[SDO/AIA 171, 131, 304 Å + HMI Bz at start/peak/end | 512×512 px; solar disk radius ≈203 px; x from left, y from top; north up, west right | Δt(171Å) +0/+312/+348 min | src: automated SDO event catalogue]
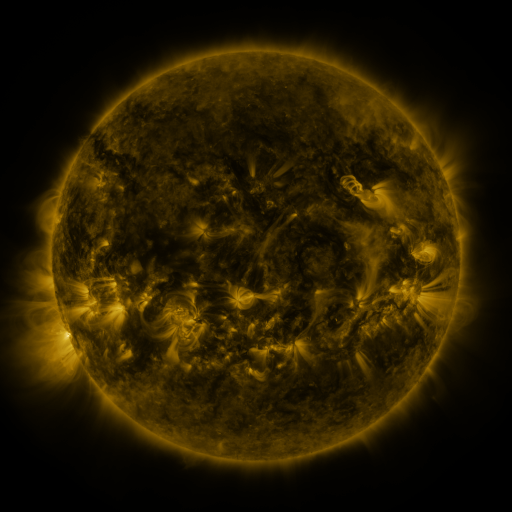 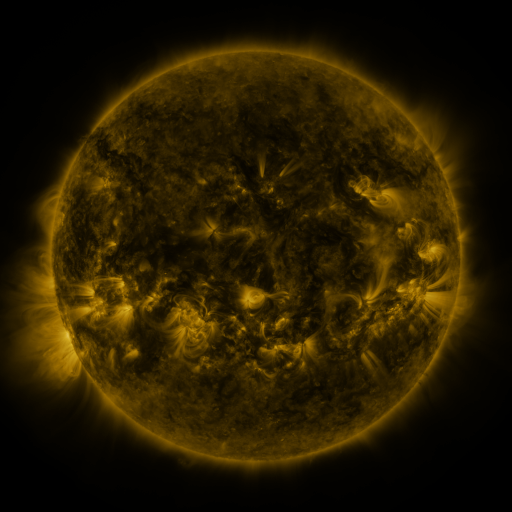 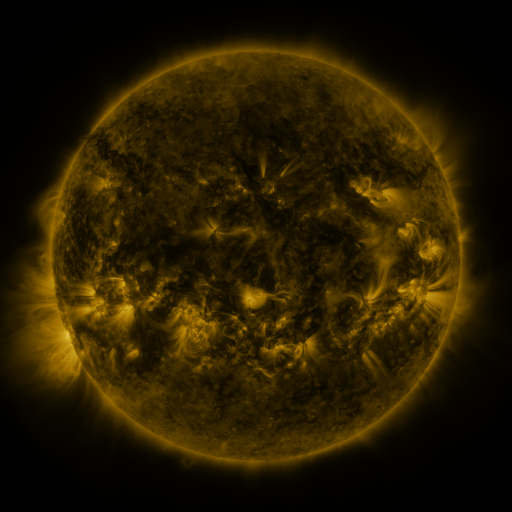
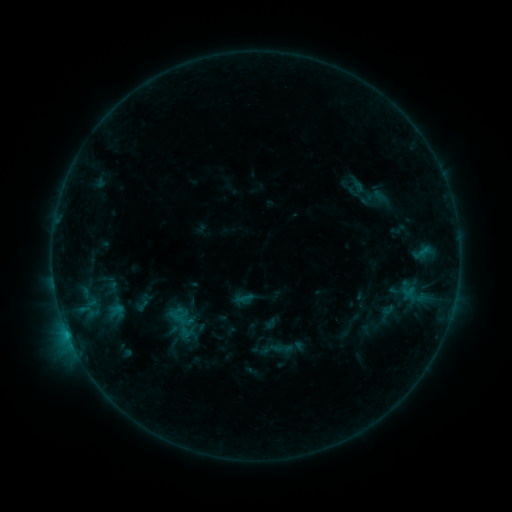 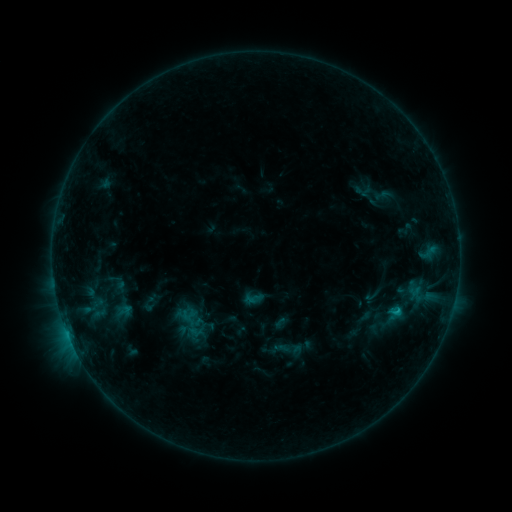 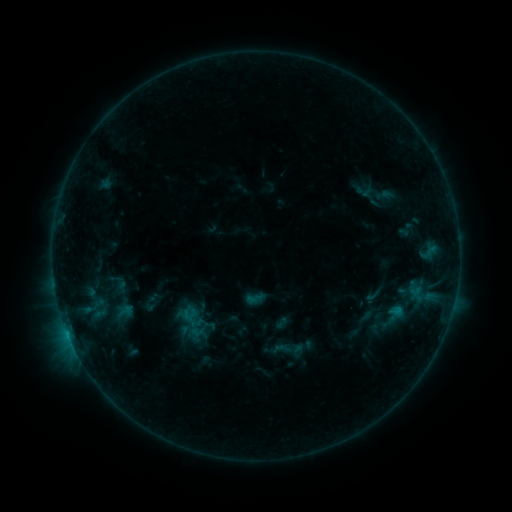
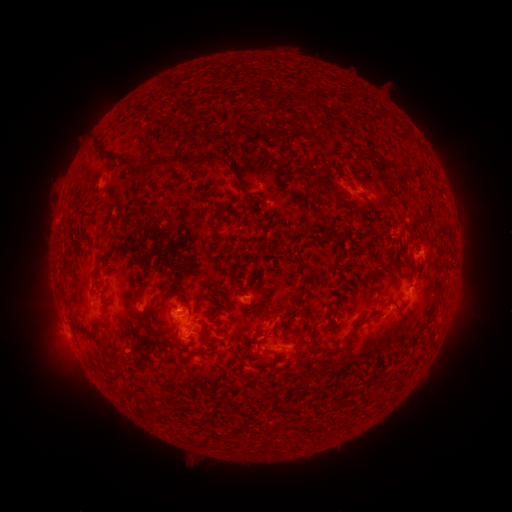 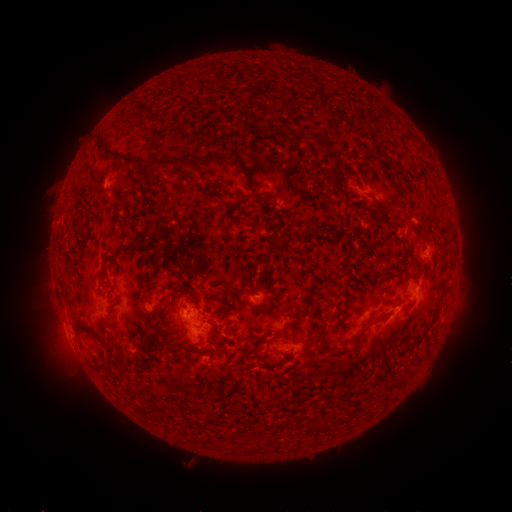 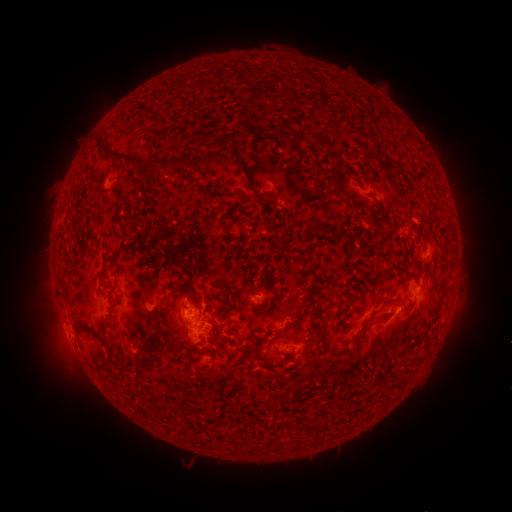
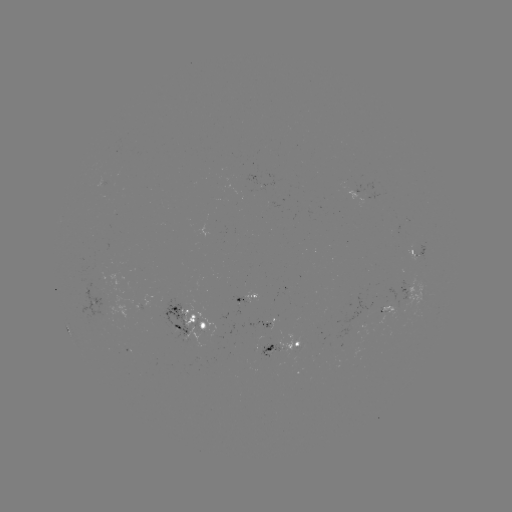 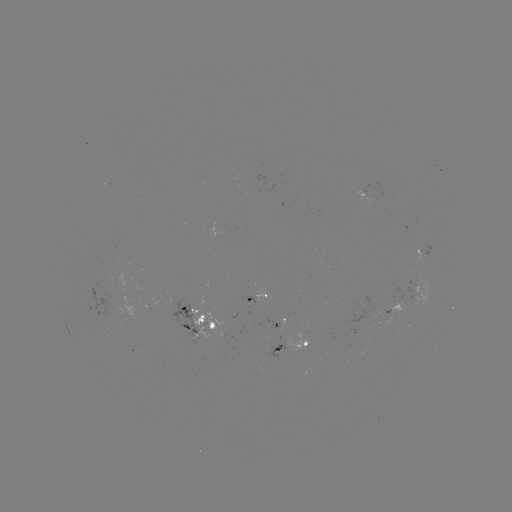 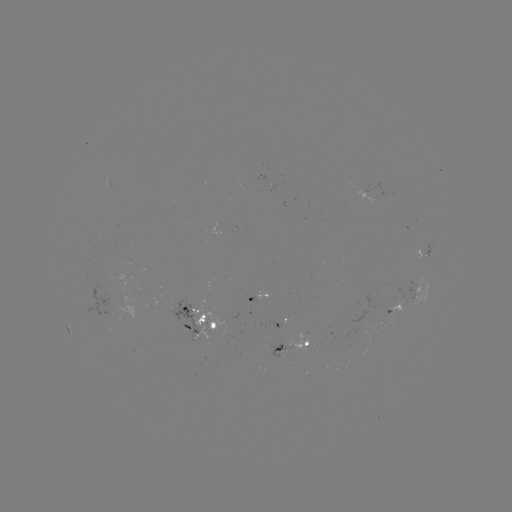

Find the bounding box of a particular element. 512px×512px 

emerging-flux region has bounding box [377, 300, 405, 328].